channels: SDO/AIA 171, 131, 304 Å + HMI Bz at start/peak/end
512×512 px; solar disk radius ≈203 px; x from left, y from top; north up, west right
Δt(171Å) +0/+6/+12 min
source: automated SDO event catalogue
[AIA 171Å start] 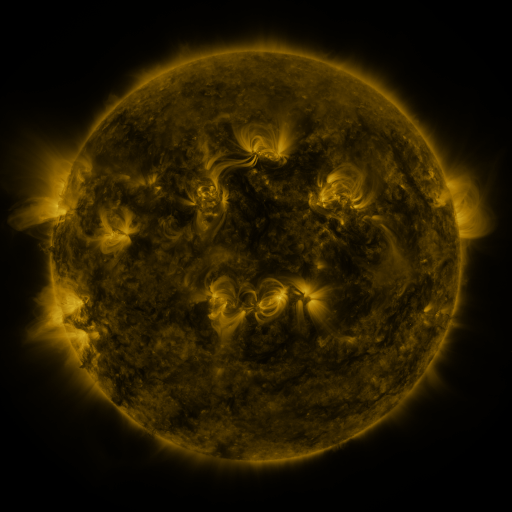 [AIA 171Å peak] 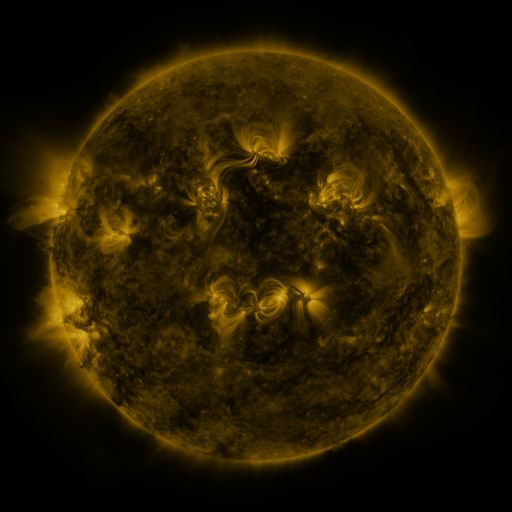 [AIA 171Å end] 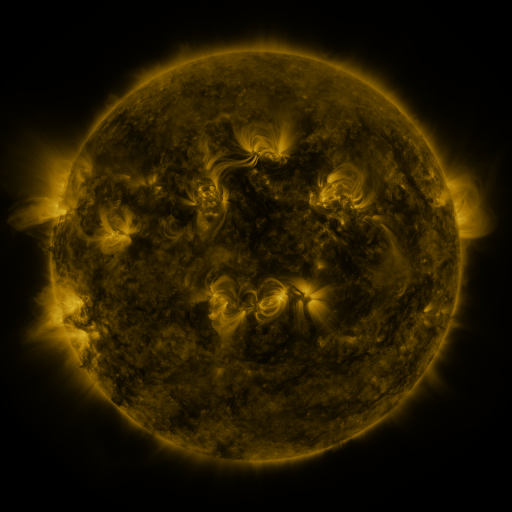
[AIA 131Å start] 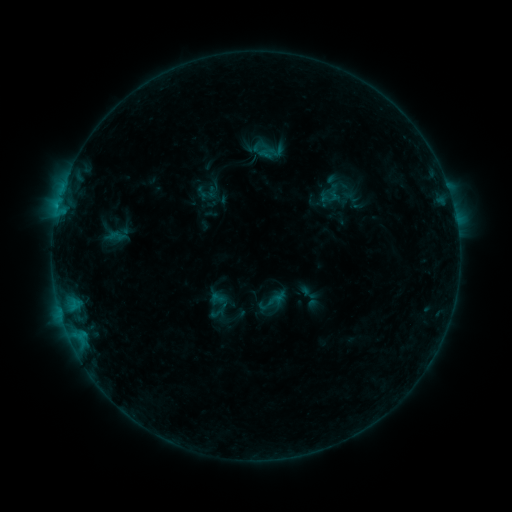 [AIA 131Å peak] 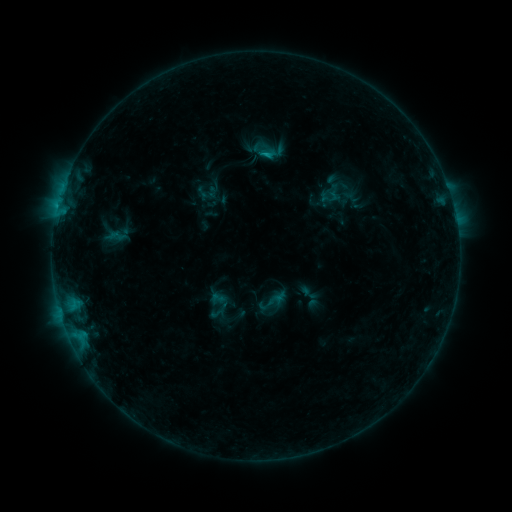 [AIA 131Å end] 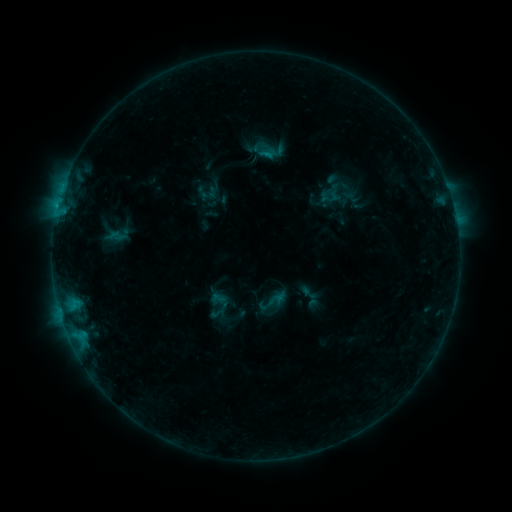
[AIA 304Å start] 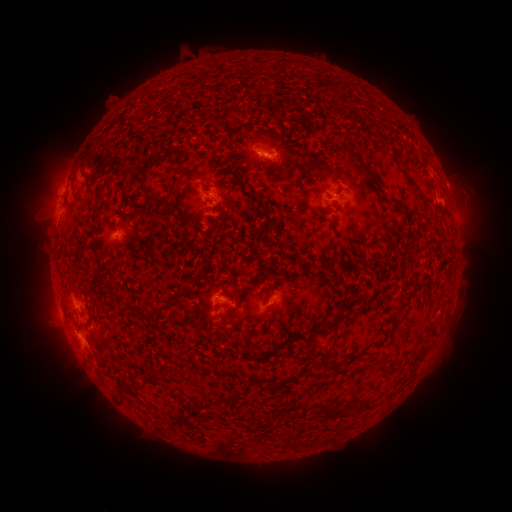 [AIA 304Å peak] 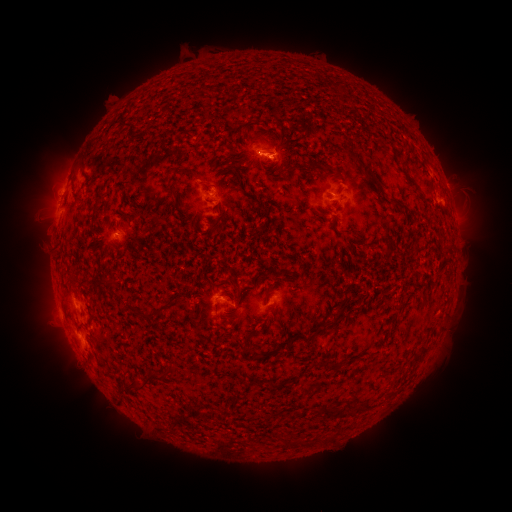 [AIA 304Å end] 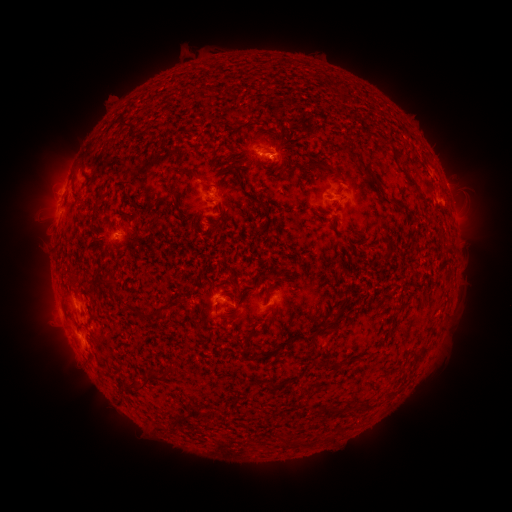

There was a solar flare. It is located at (265, 156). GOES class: B6.2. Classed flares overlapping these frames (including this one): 1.